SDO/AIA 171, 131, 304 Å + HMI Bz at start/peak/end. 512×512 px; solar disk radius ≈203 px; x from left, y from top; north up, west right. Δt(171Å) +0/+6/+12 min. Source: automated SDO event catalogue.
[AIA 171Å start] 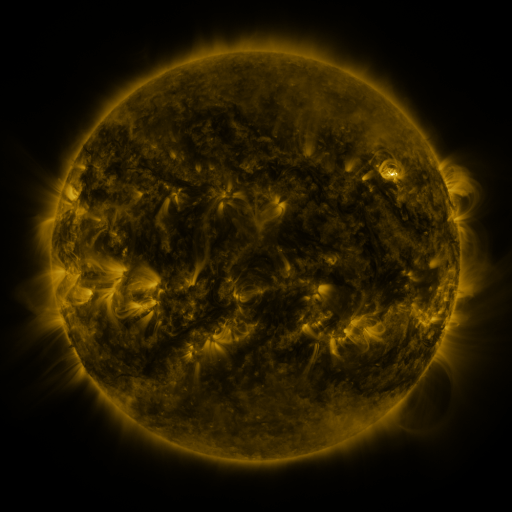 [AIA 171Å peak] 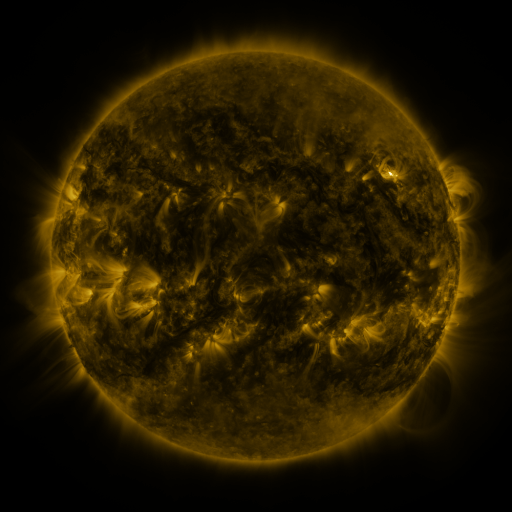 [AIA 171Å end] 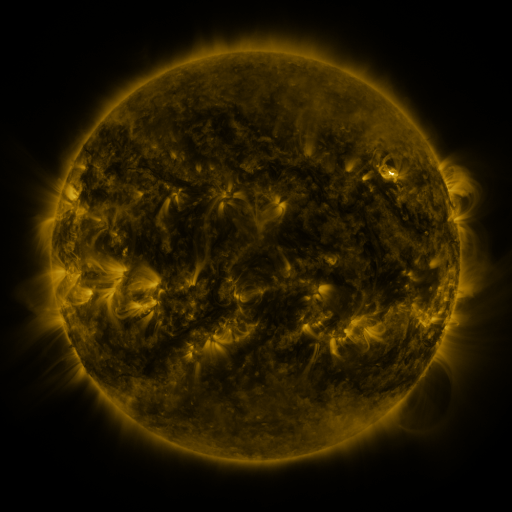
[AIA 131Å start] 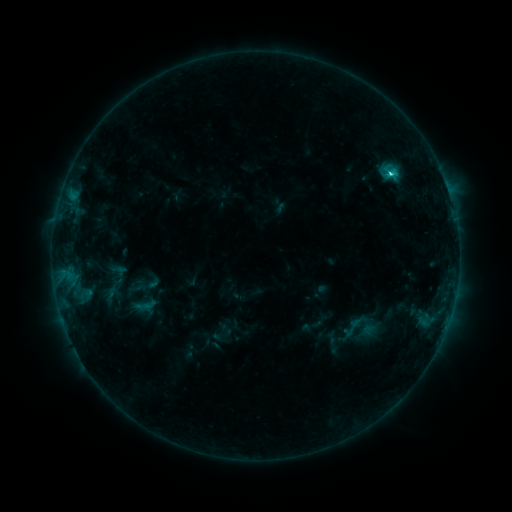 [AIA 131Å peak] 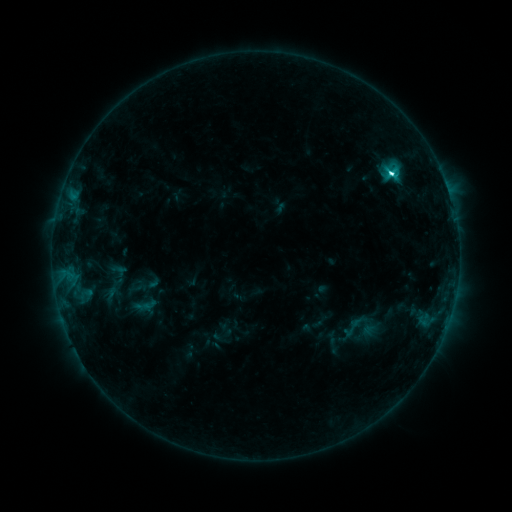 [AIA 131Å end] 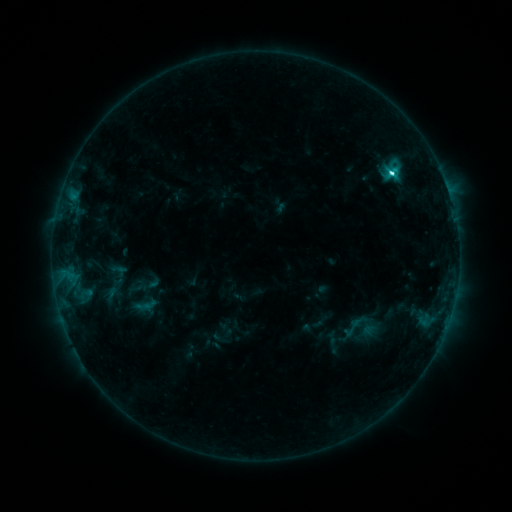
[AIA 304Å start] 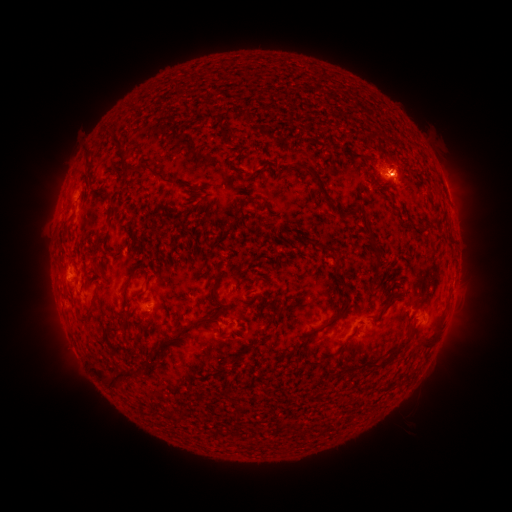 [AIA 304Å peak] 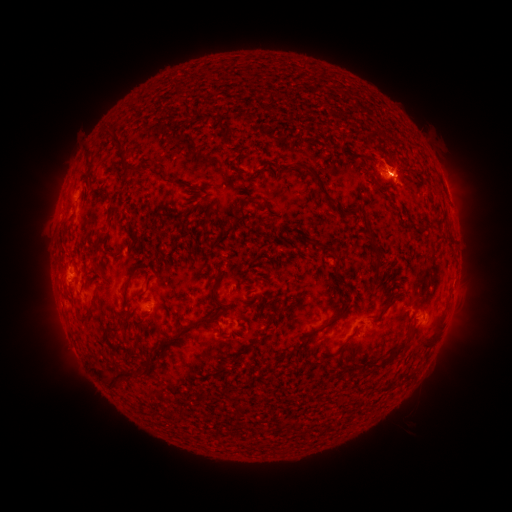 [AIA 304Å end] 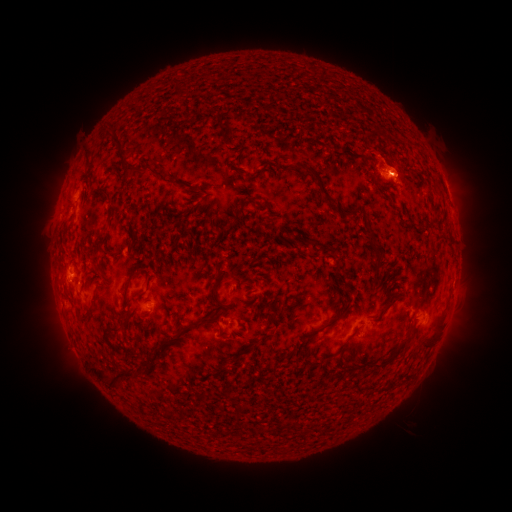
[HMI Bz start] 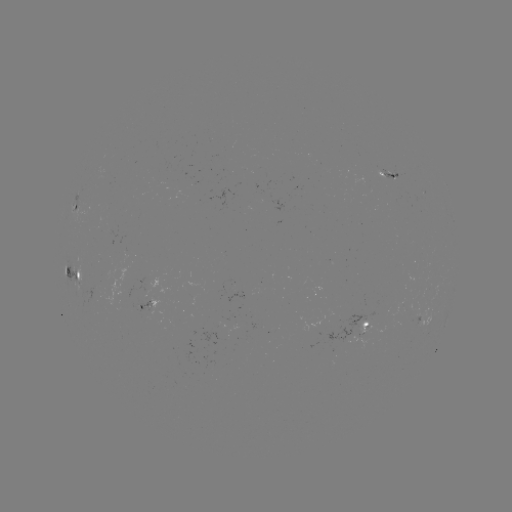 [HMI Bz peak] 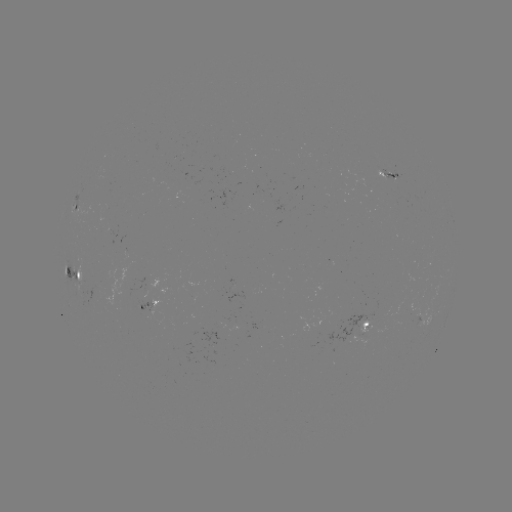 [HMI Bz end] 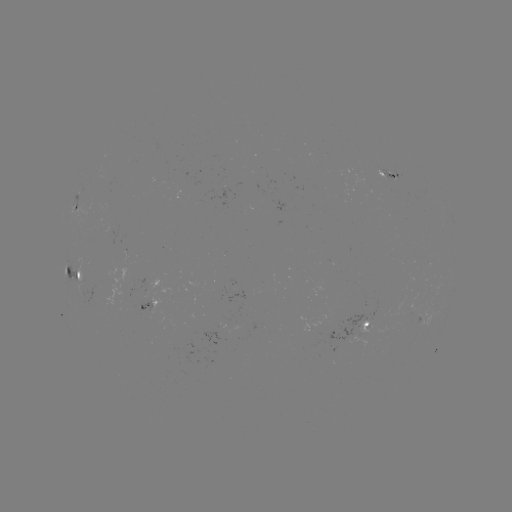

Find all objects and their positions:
C3.4 flare: (390, 172)
